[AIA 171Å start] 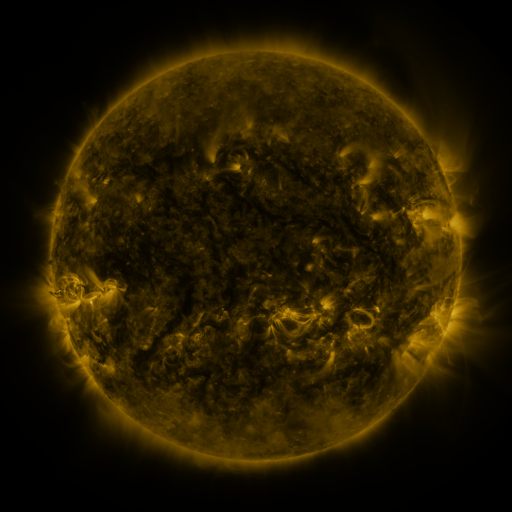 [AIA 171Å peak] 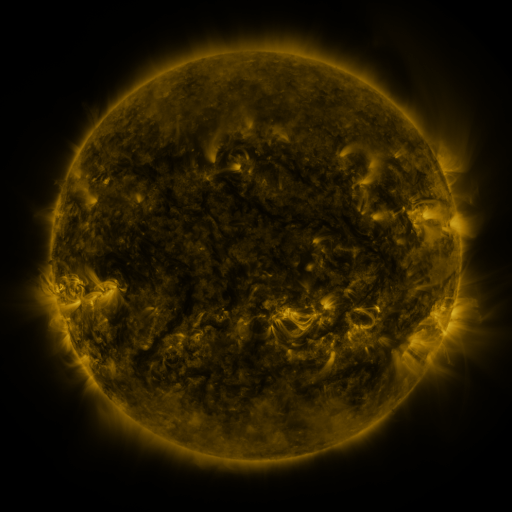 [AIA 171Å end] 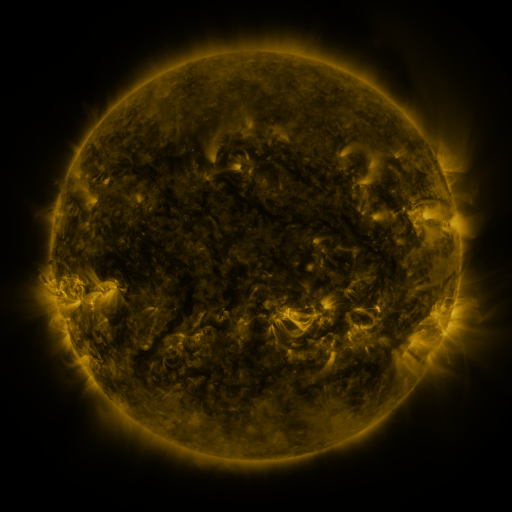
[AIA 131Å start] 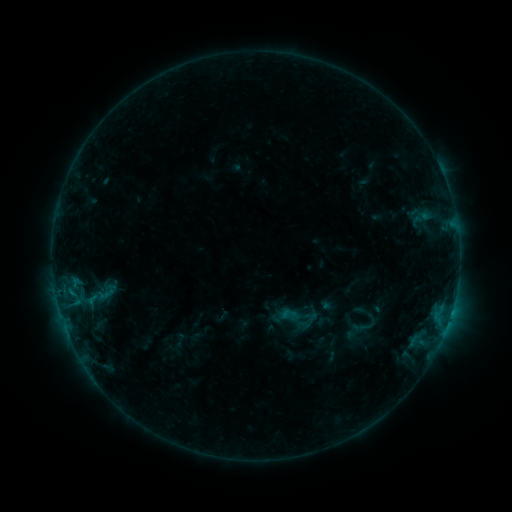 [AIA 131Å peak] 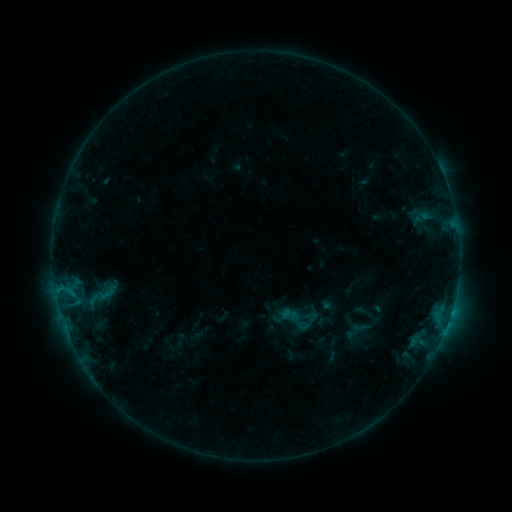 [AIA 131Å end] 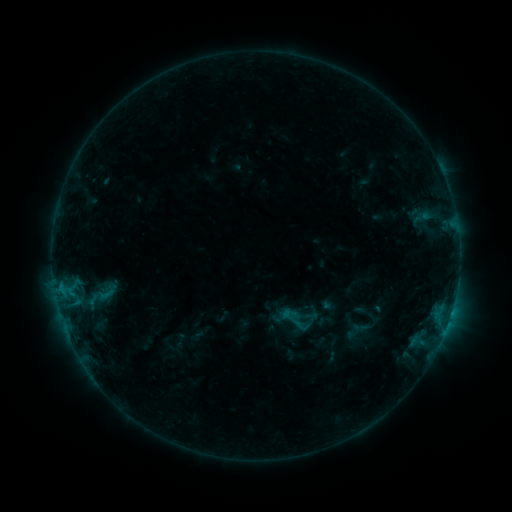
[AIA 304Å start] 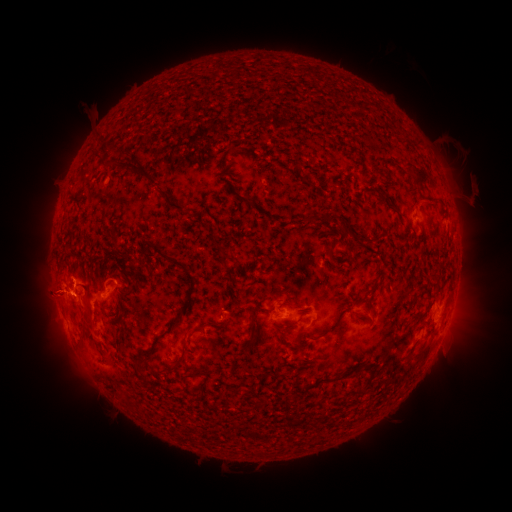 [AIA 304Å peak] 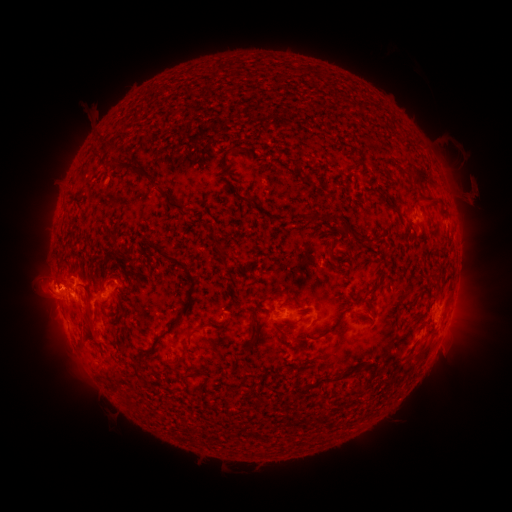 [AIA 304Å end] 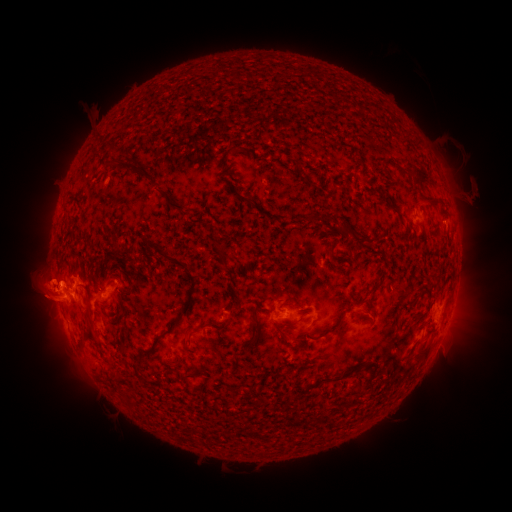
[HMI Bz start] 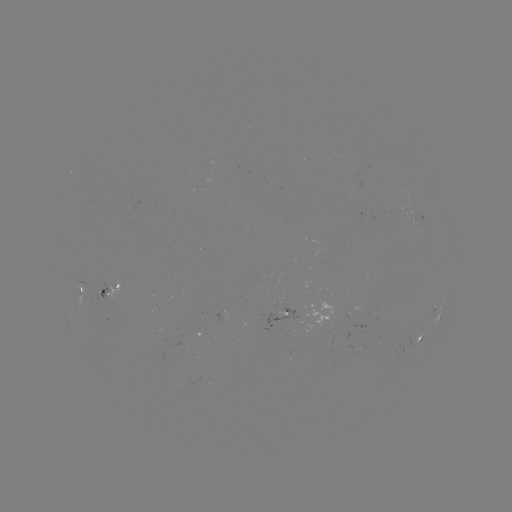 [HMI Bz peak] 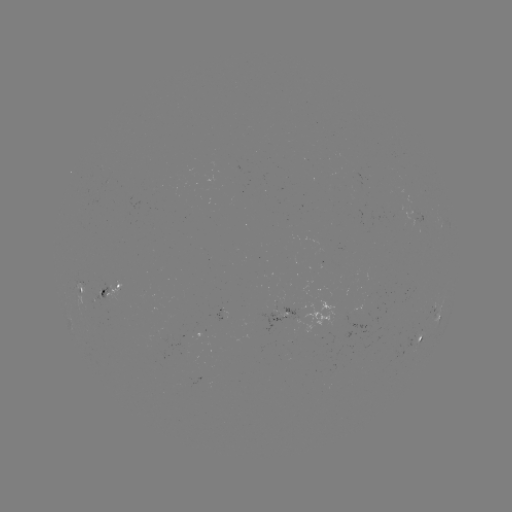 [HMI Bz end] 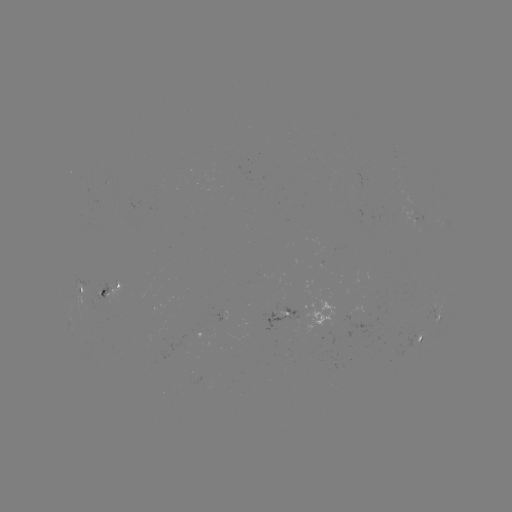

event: eruption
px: (46, 235)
